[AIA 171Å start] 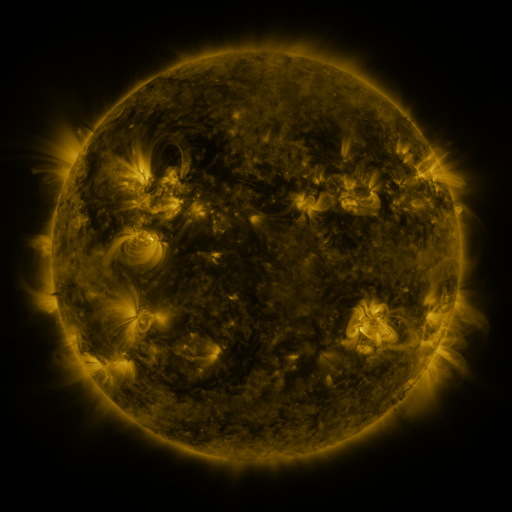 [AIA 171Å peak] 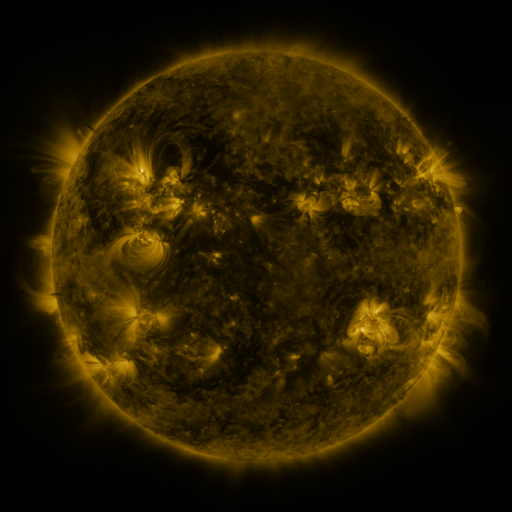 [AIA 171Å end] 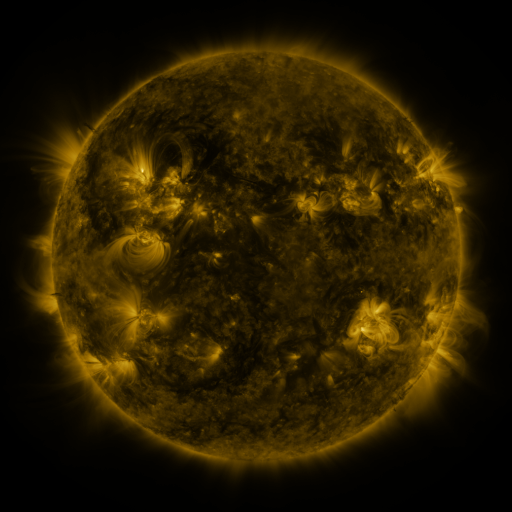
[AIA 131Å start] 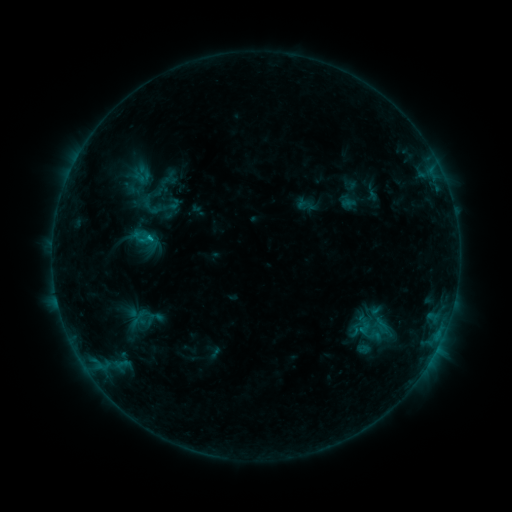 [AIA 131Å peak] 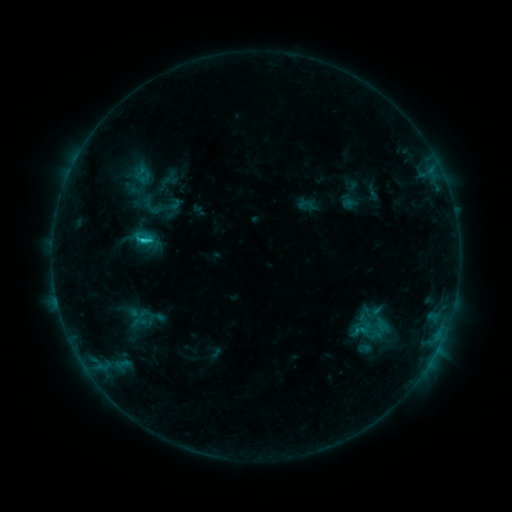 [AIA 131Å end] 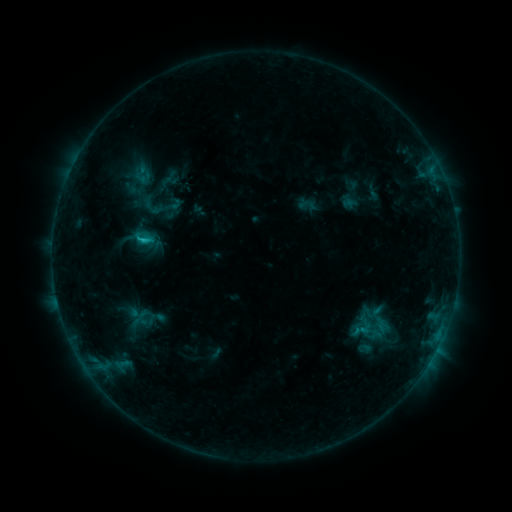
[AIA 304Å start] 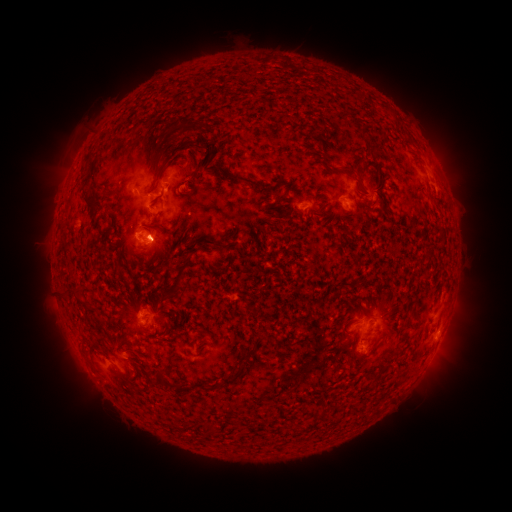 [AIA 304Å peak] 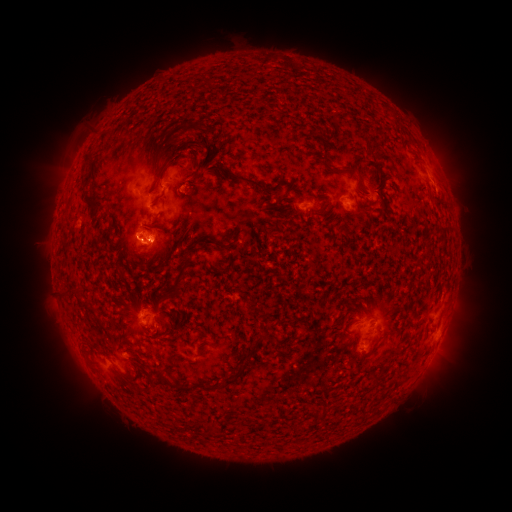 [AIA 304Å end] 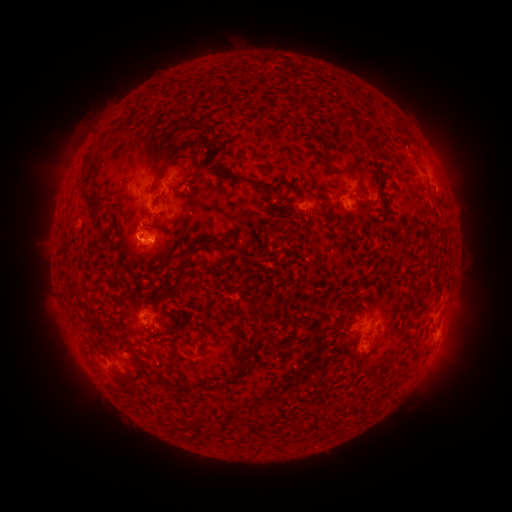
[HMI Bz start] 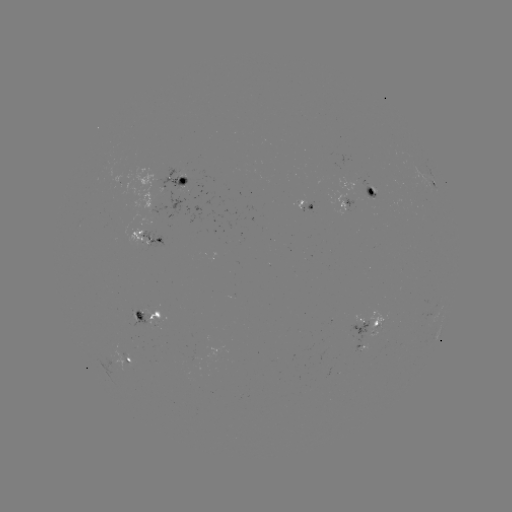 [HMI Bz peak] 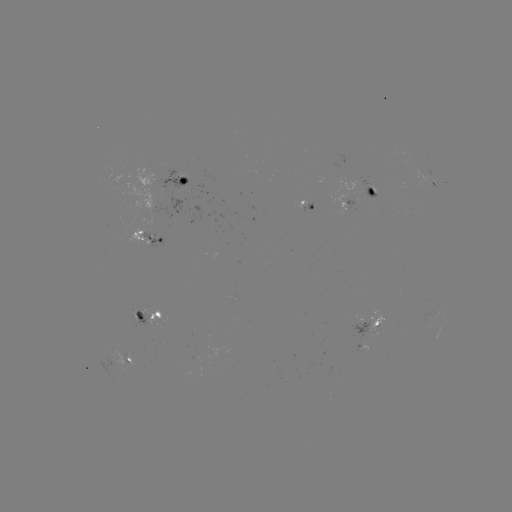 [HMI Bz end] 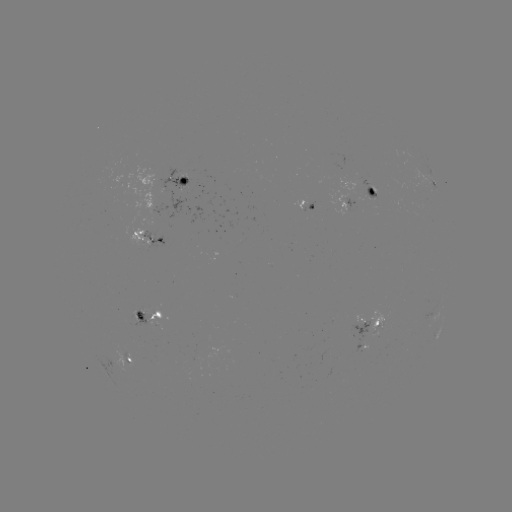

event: flare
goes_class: C2.0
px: (146, 241)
